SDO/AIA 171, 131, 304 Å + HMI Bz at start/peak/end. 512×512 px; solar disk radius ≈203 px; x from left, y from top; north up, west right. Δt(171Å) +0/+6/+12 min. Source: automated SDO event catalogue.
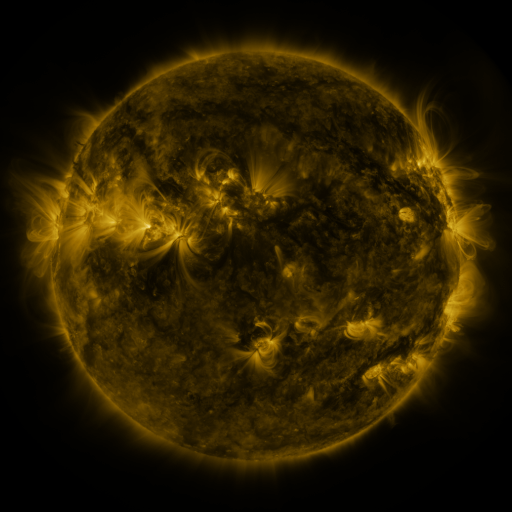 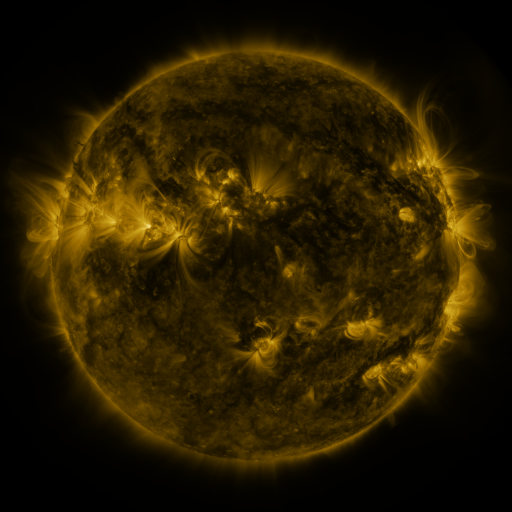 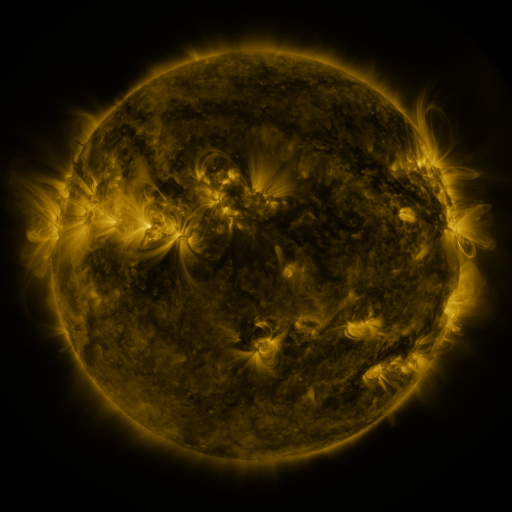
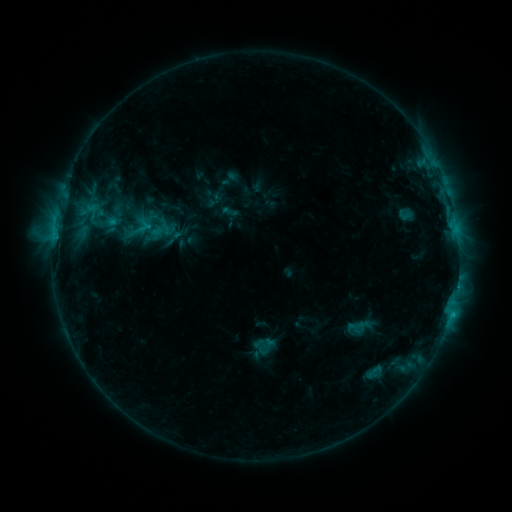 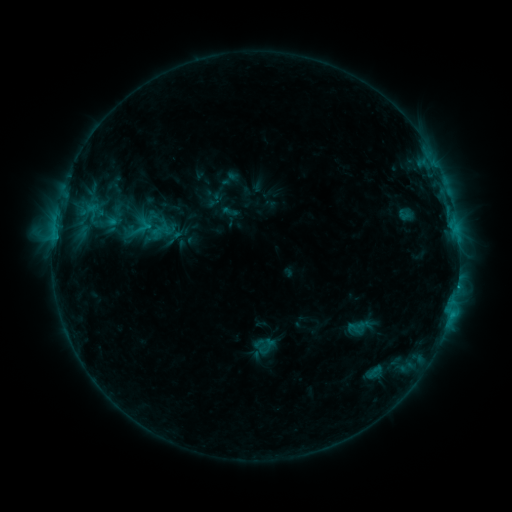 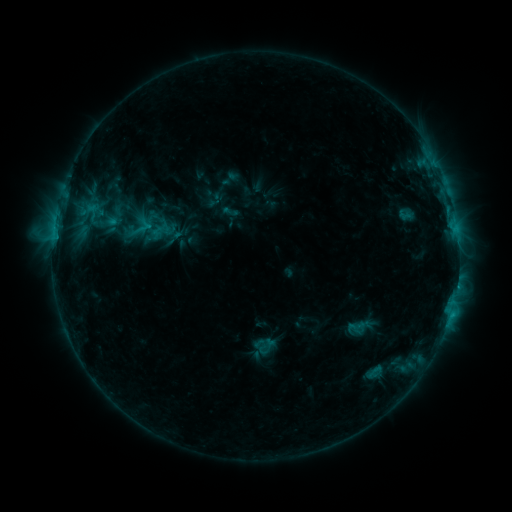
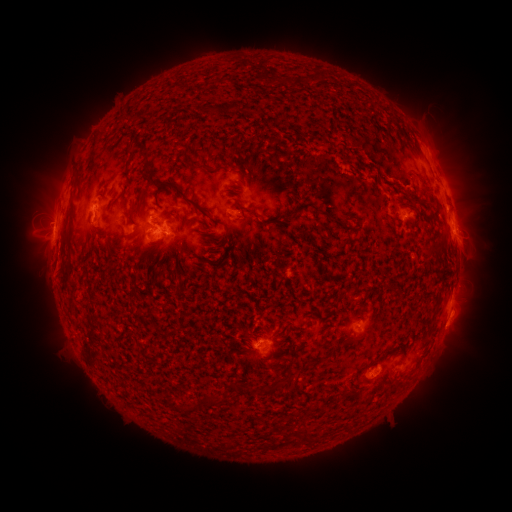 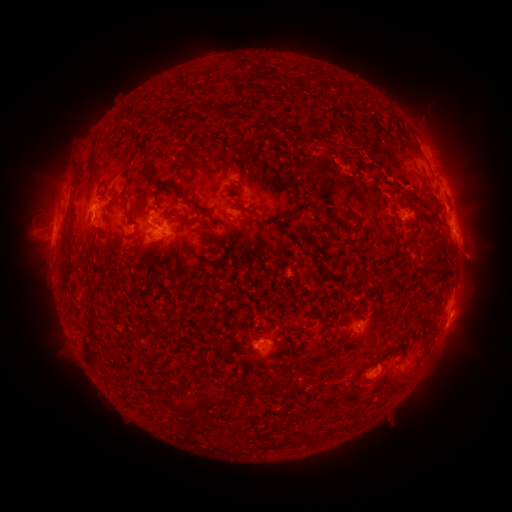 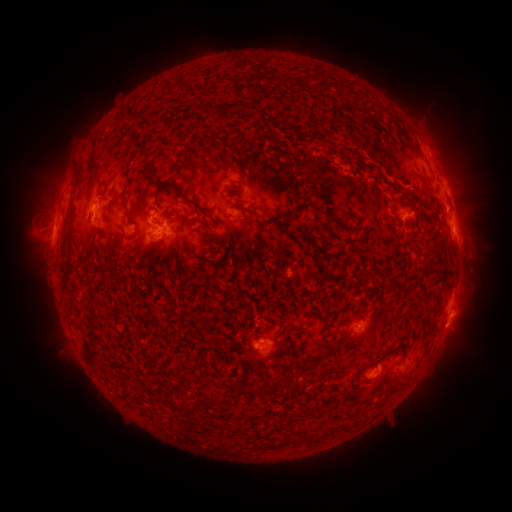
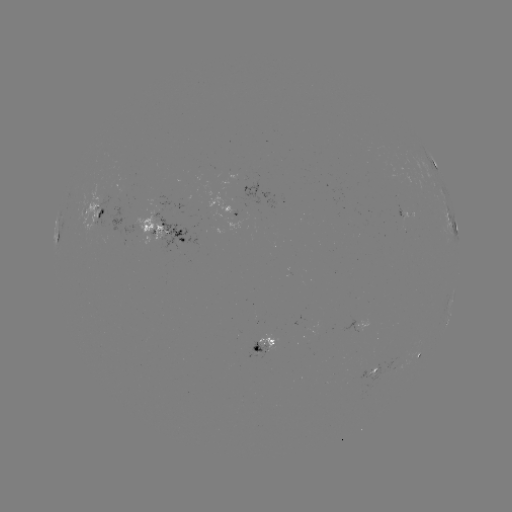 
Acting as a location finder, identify eruption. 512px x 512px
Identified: [472, 256].